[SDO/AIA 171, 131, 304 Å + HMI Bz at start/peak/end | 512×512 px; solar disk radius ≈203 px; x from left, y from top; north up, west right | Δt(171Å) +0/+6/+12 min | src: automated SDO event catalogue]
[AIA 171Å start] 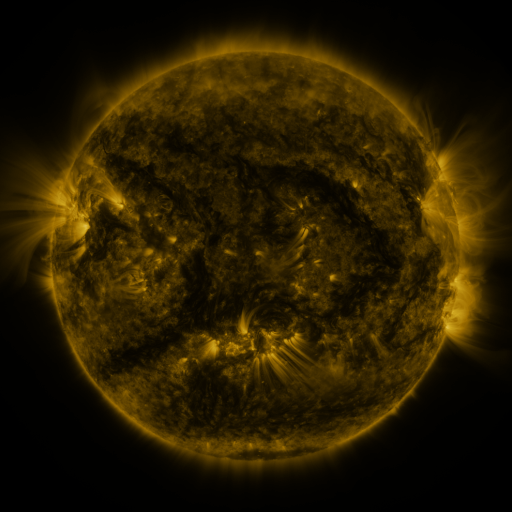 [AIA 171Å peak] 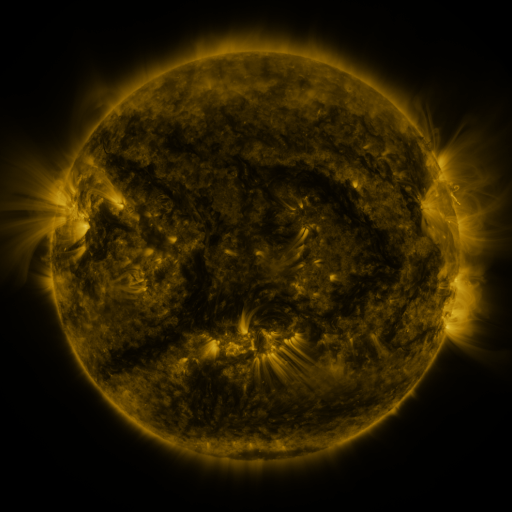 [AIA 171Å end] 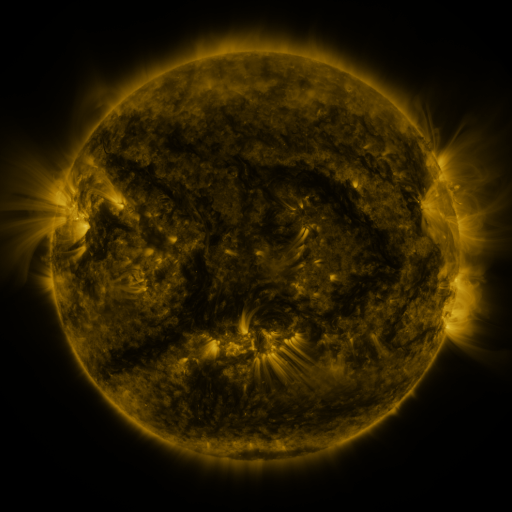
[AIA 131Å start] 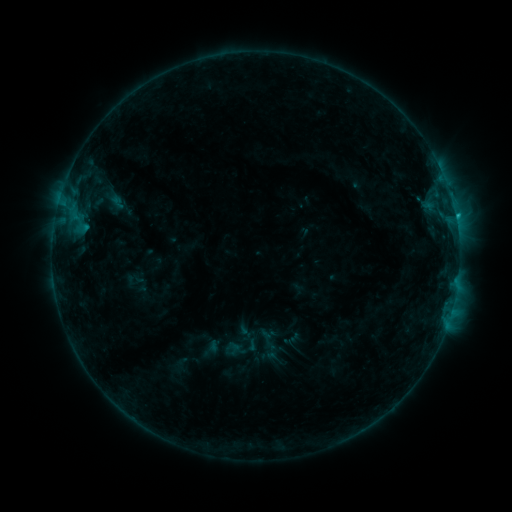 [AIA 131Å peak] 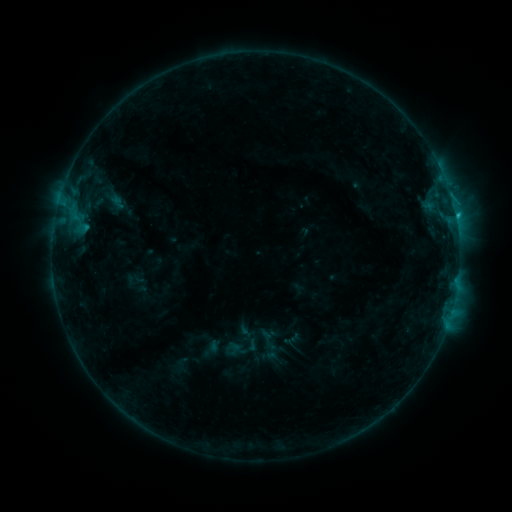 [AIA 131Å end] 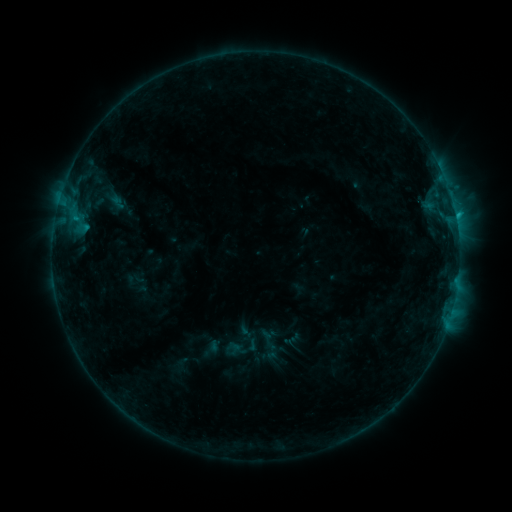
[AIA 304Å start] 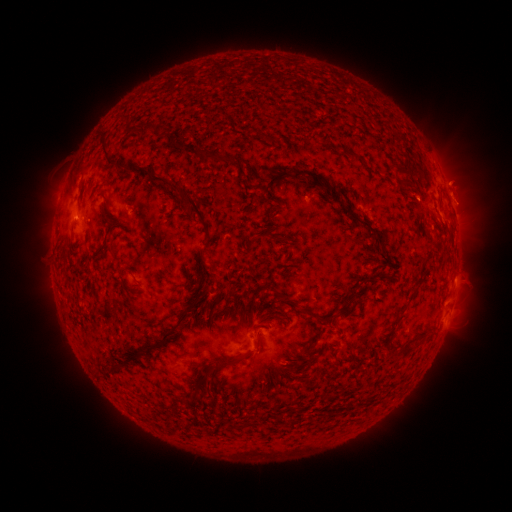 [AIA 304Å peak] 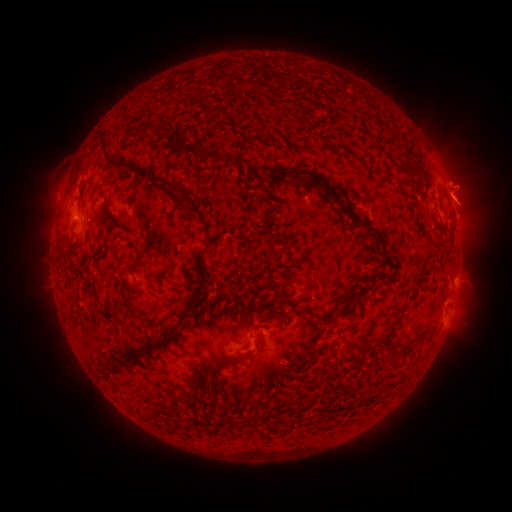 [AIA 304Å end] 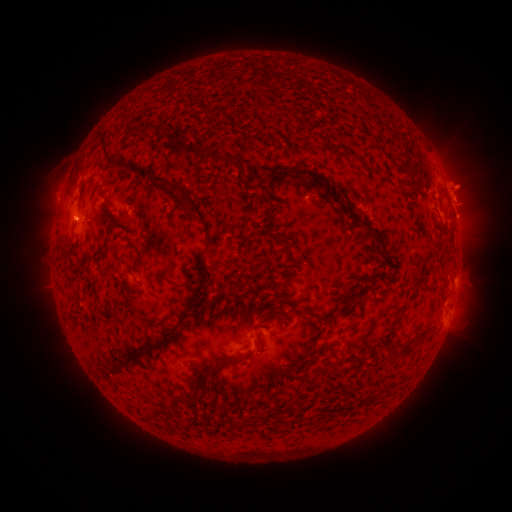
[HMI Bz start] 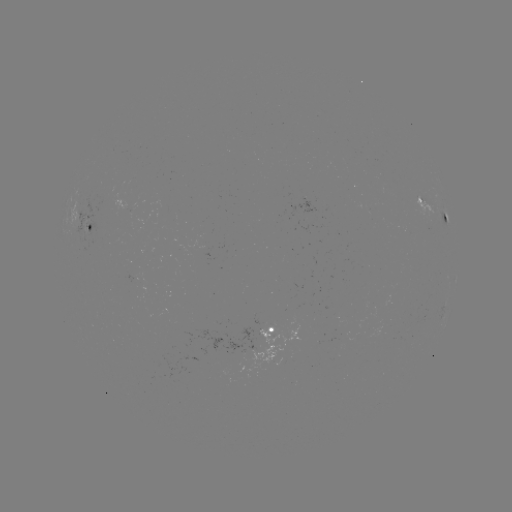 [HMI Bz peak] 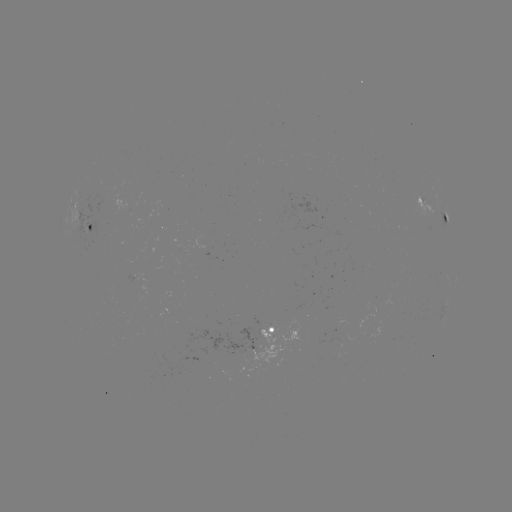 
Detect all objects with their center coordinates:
eruption: (462, 203)
